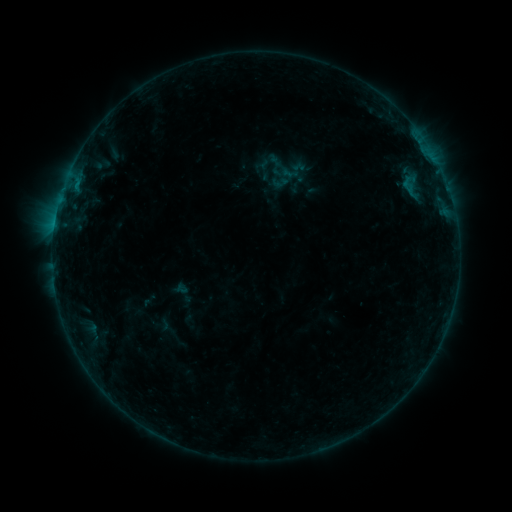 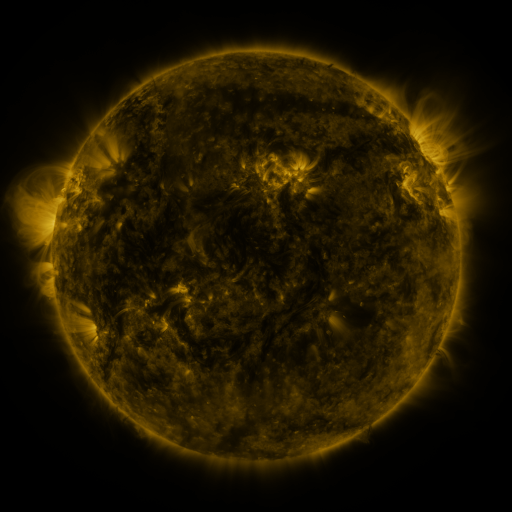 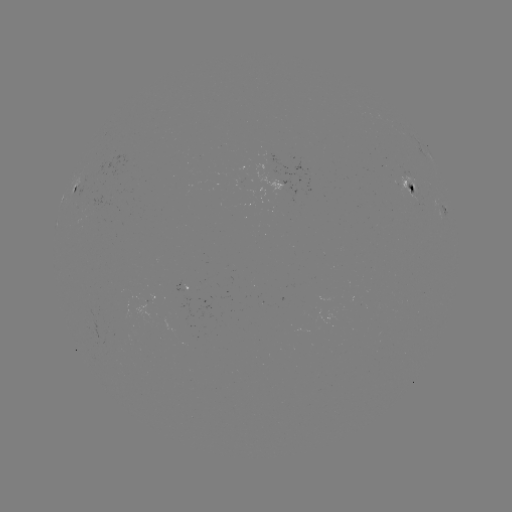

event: sigmoid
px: (280, 182)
